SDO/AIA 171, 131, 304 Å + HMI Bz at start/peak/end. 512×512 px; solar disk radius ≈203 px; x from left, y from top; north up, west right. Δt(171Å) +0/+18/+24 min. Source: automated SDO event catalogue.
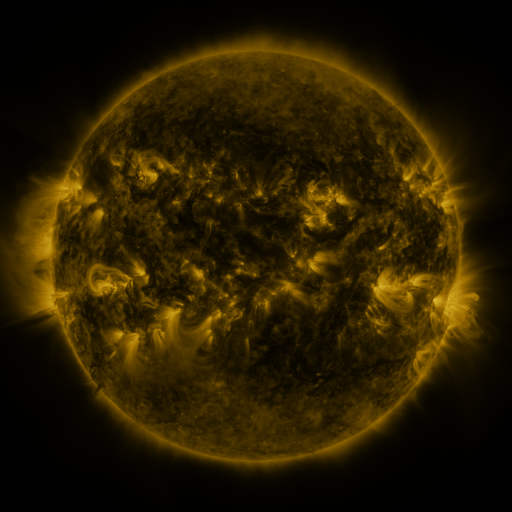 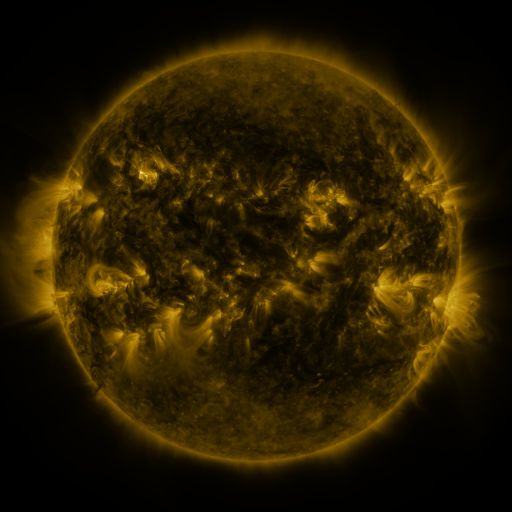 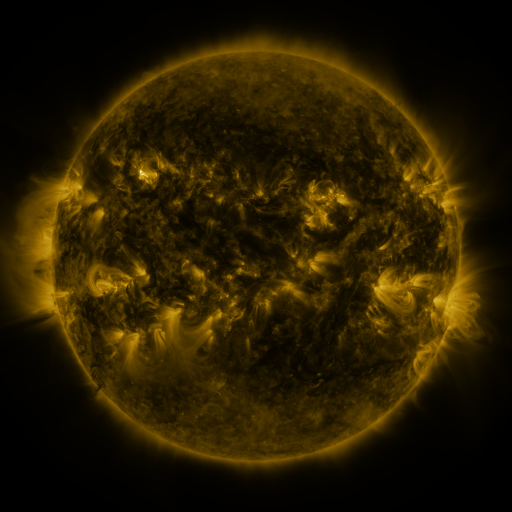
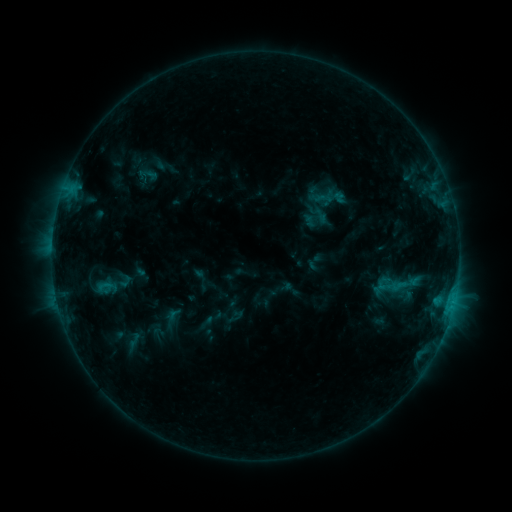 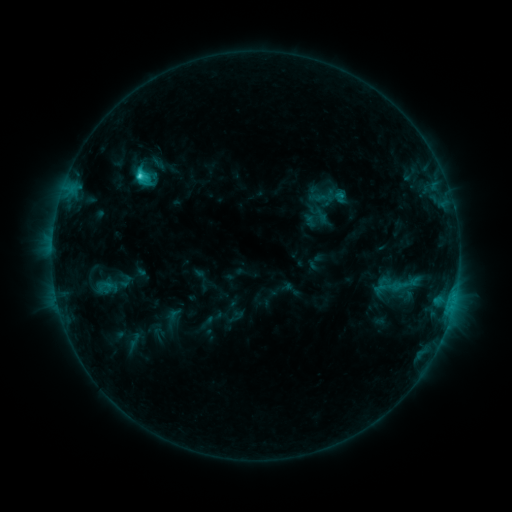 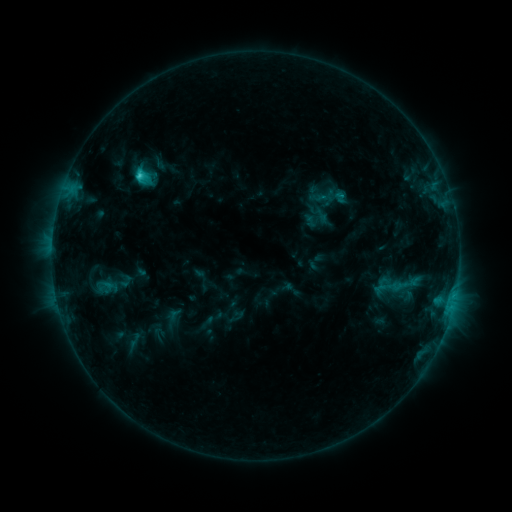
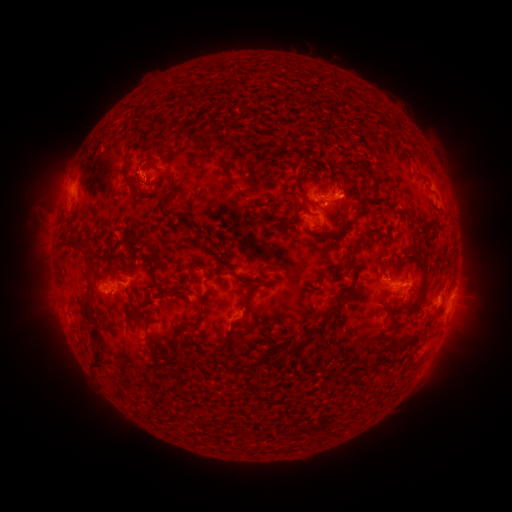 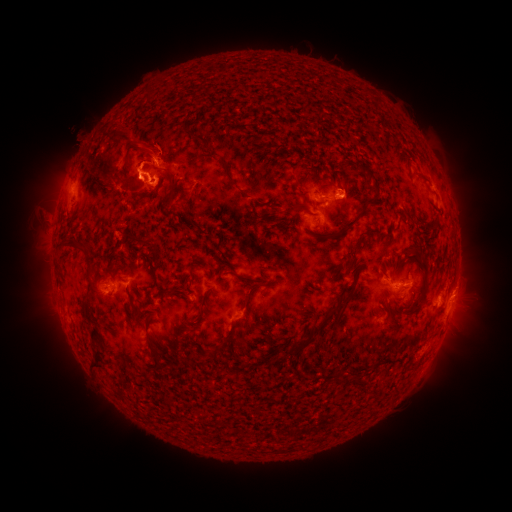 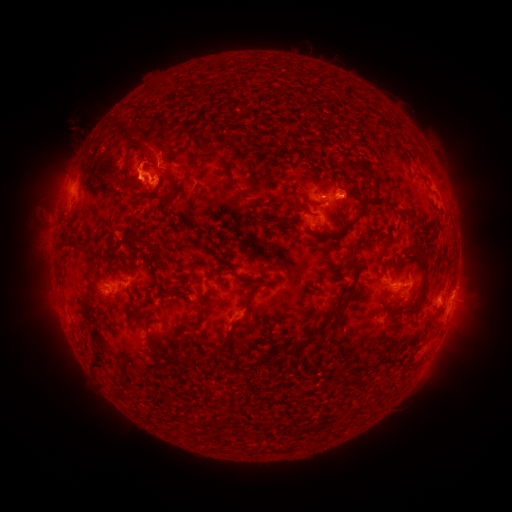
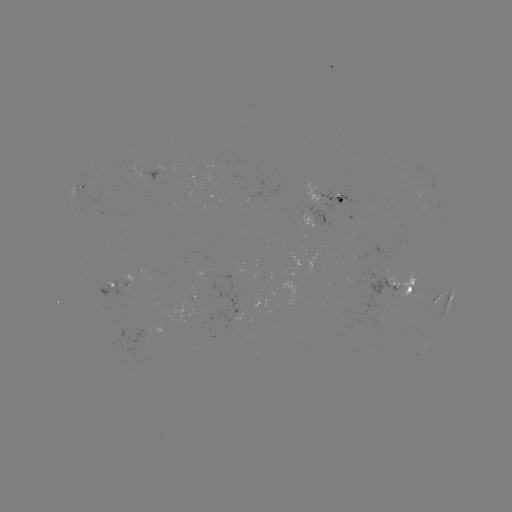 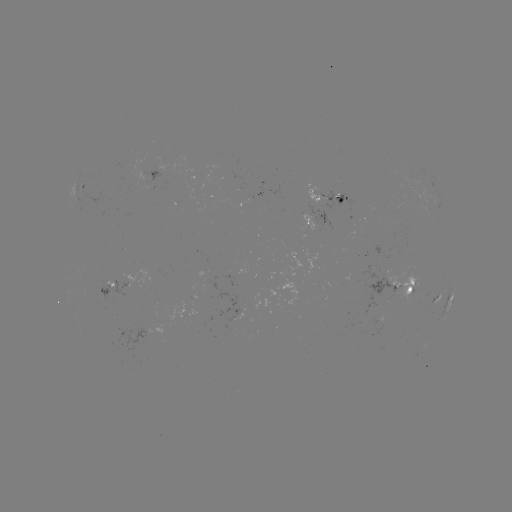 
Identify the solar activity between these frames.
C2.4 flare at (141, 178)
